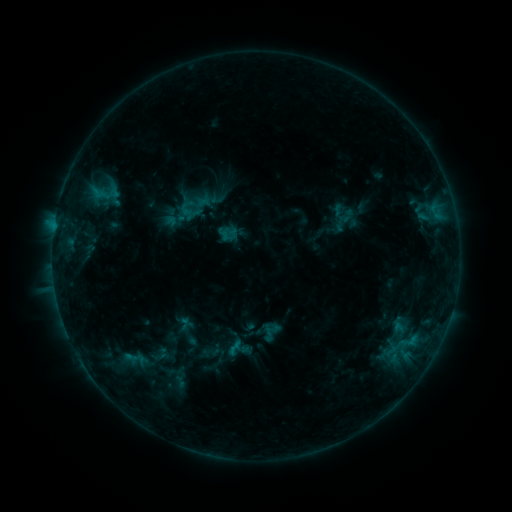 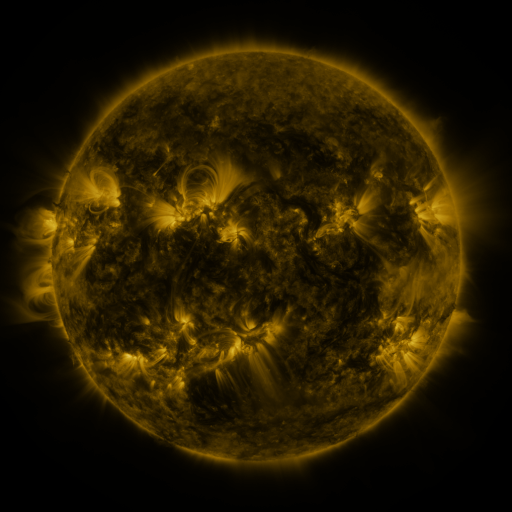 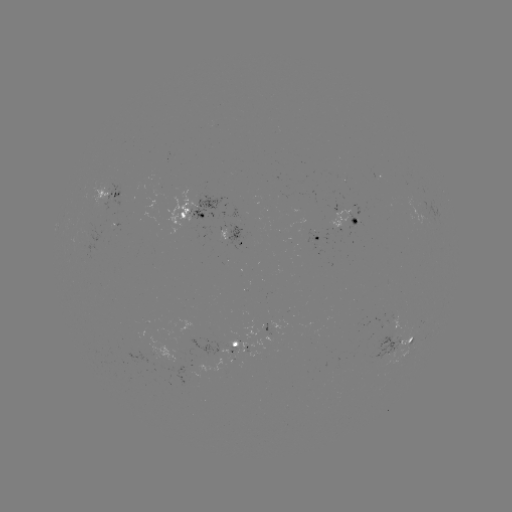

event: sigmoid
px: (195, 206)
